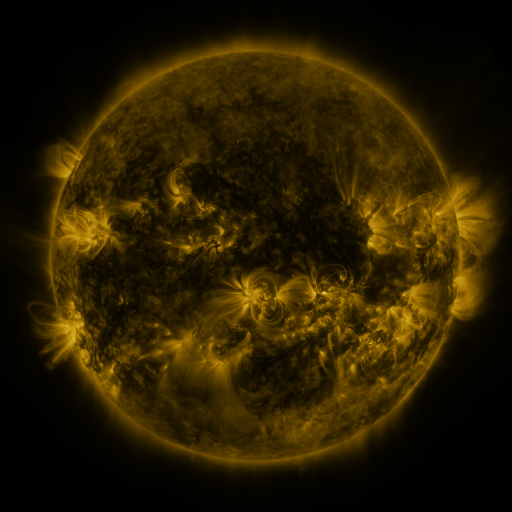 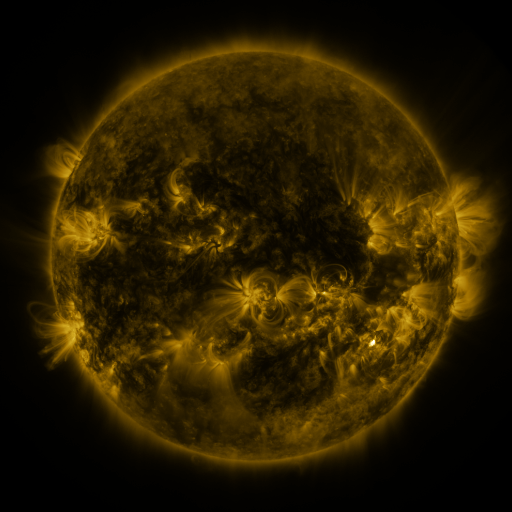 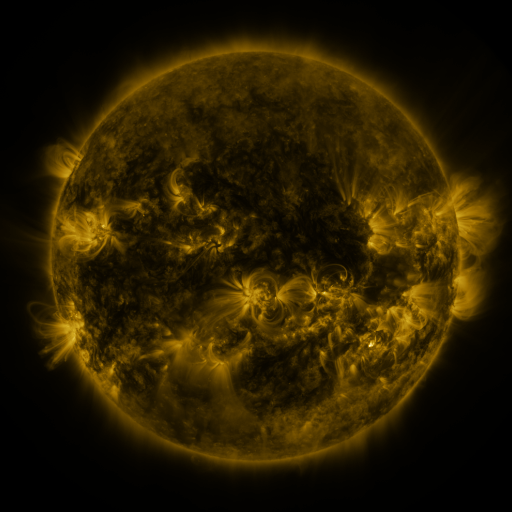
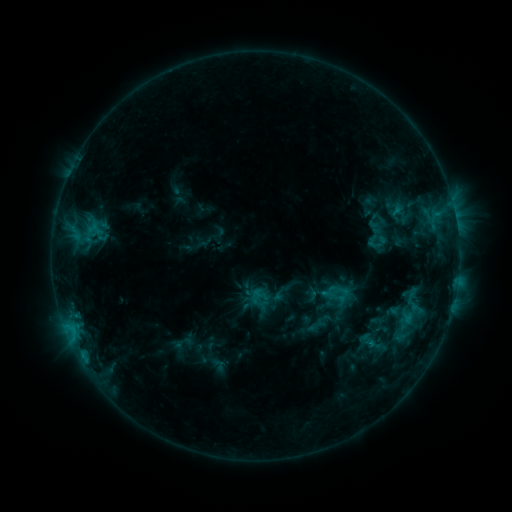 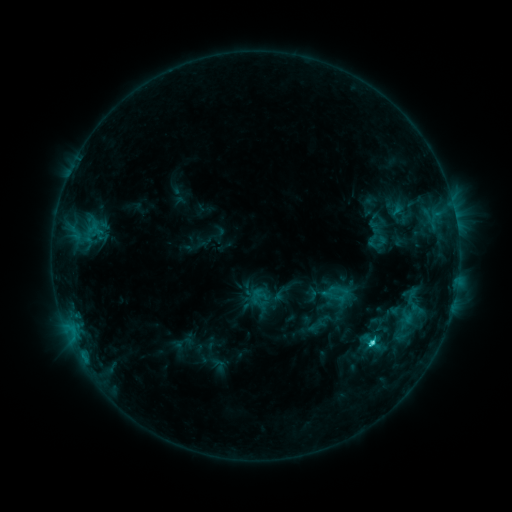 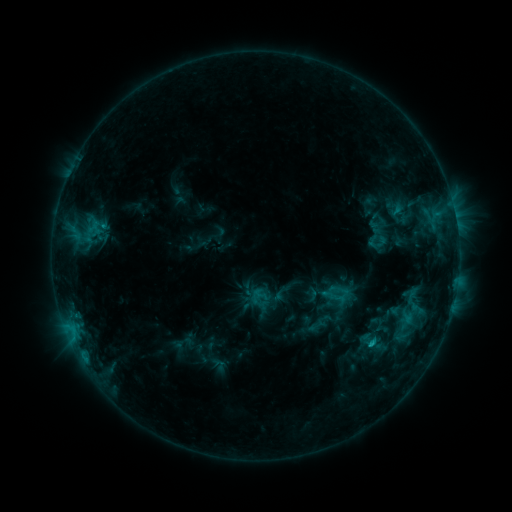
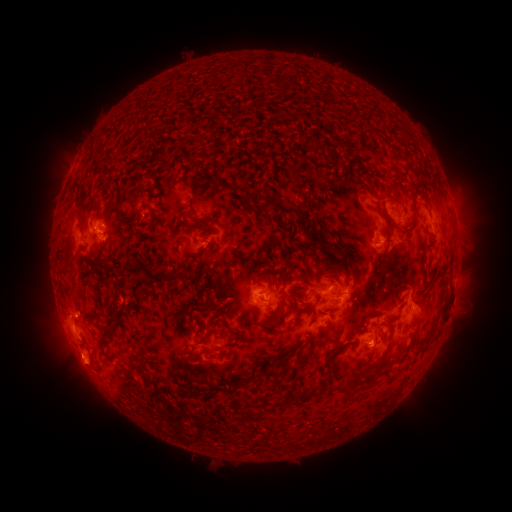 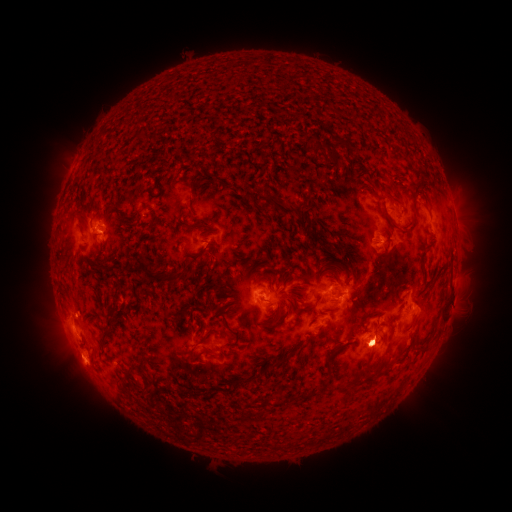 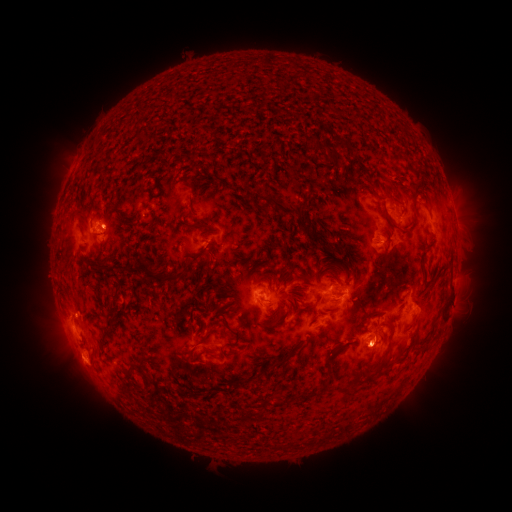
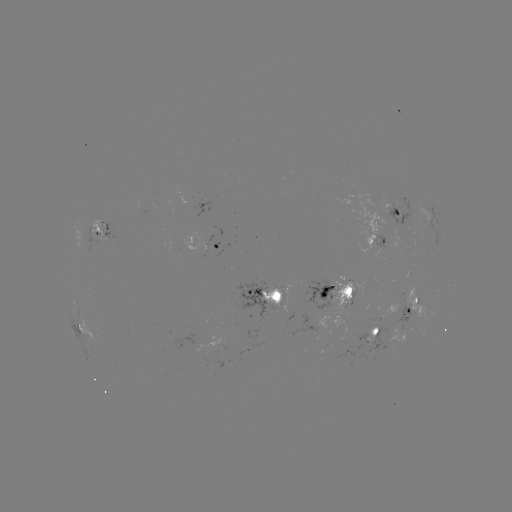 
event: flare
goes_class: C2.3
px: (372, 341)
